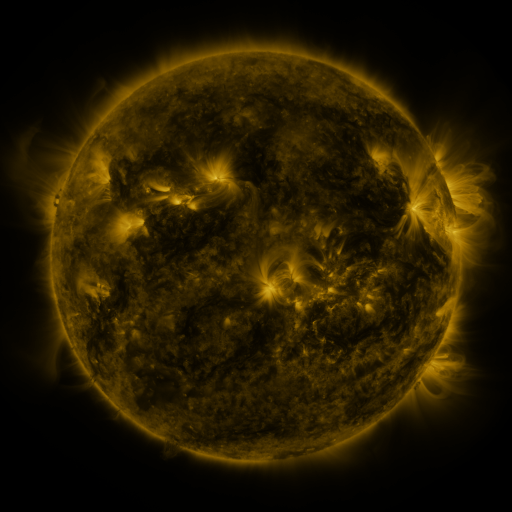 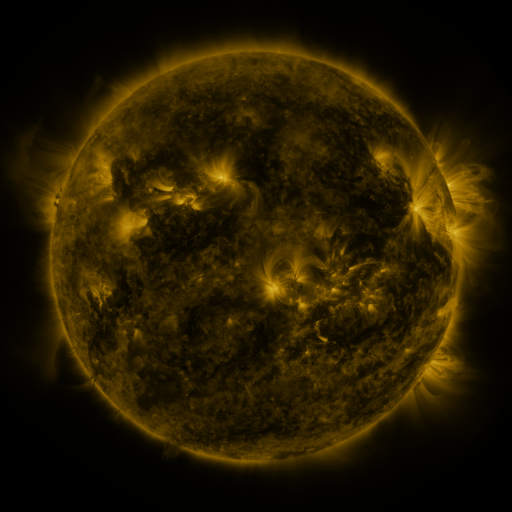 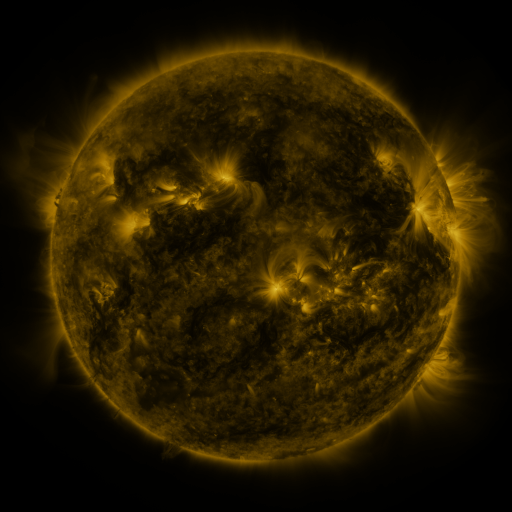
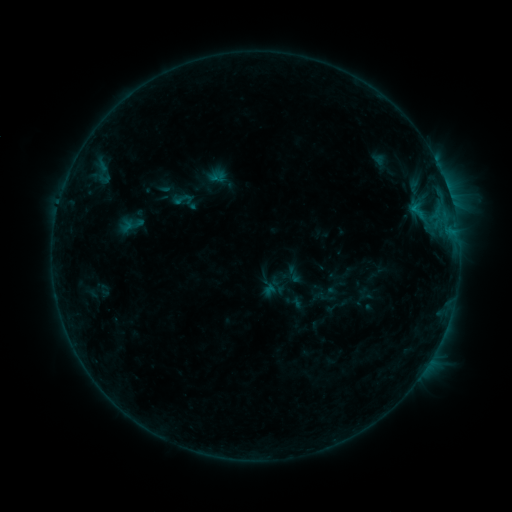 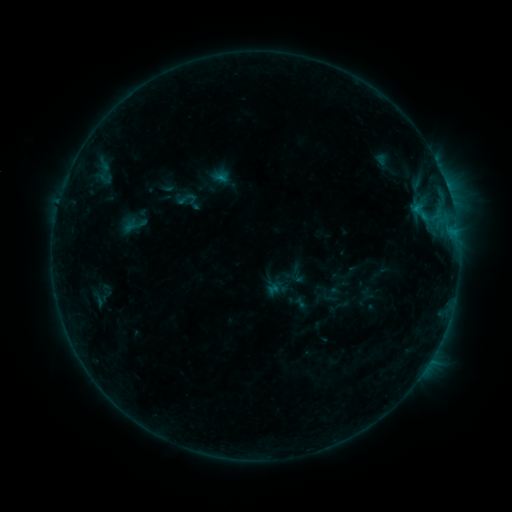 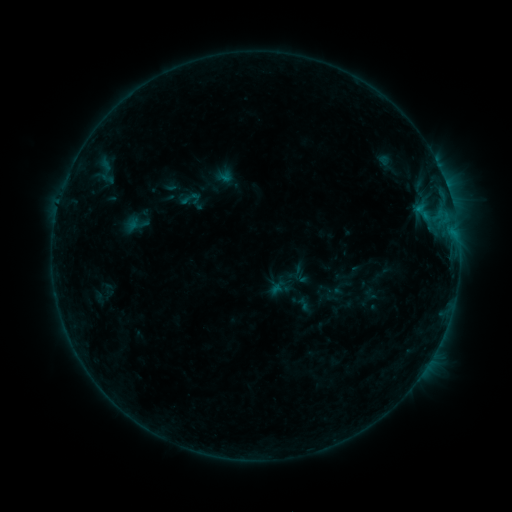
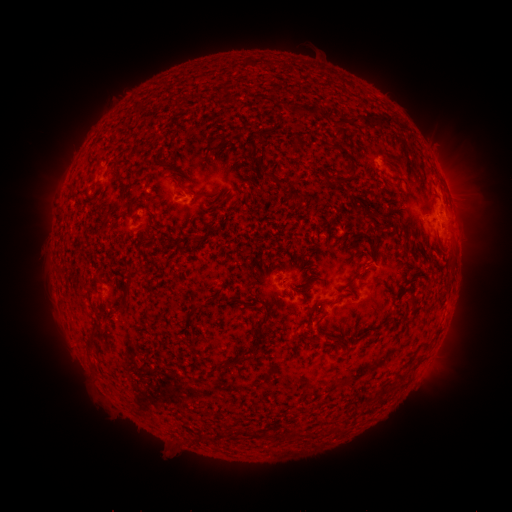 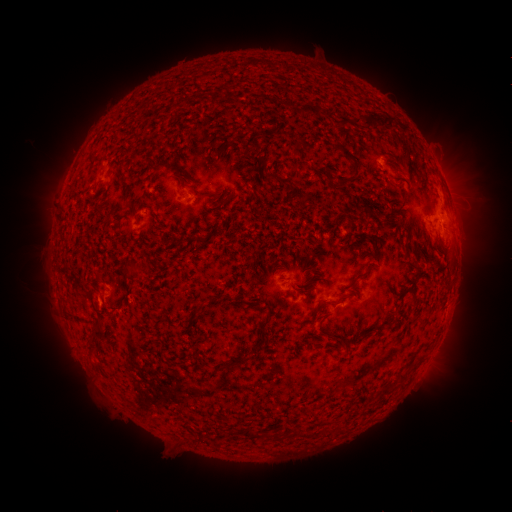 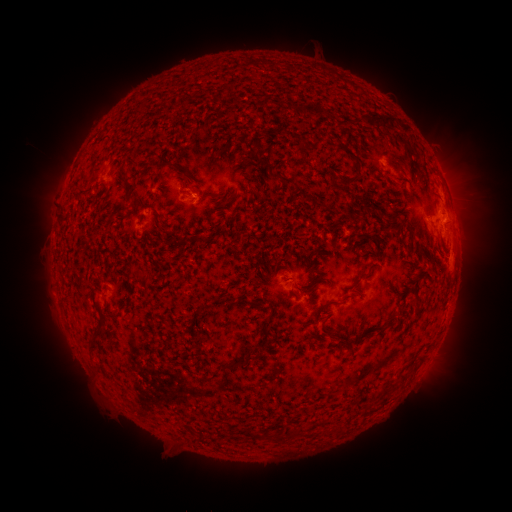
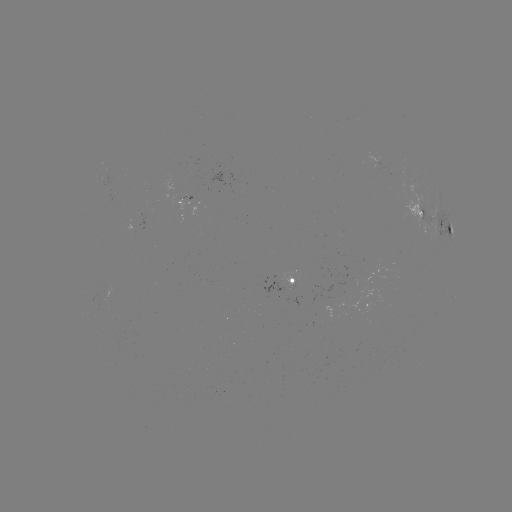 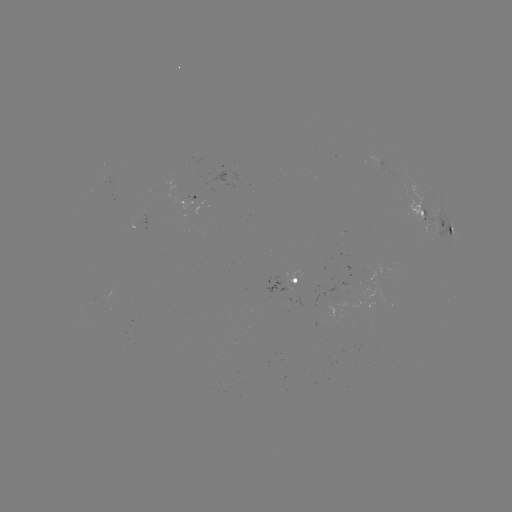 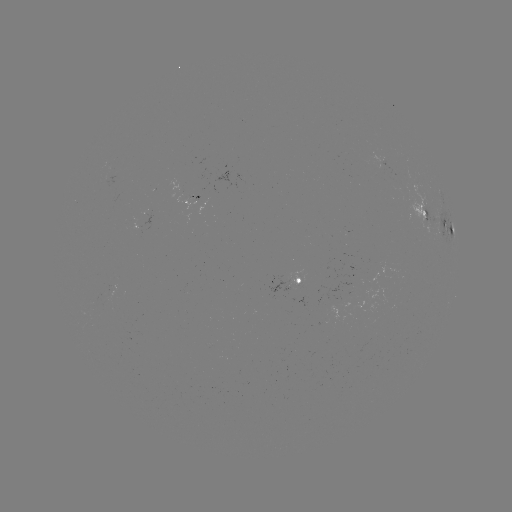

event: filament eruption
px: (81, 287)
